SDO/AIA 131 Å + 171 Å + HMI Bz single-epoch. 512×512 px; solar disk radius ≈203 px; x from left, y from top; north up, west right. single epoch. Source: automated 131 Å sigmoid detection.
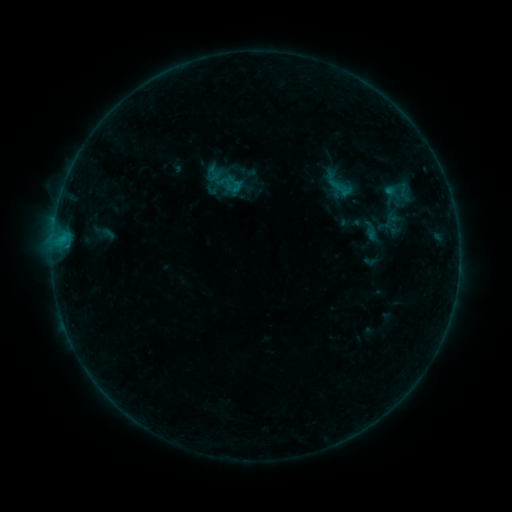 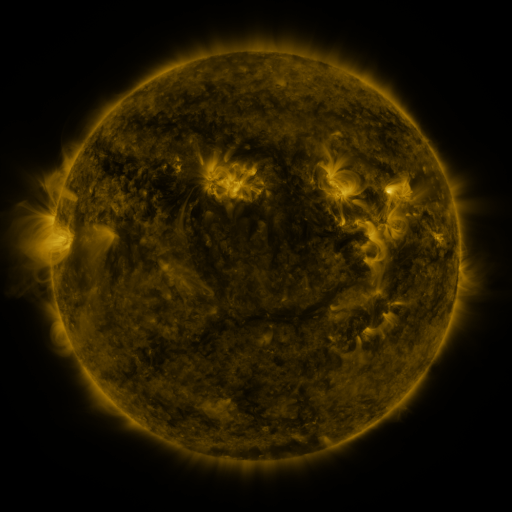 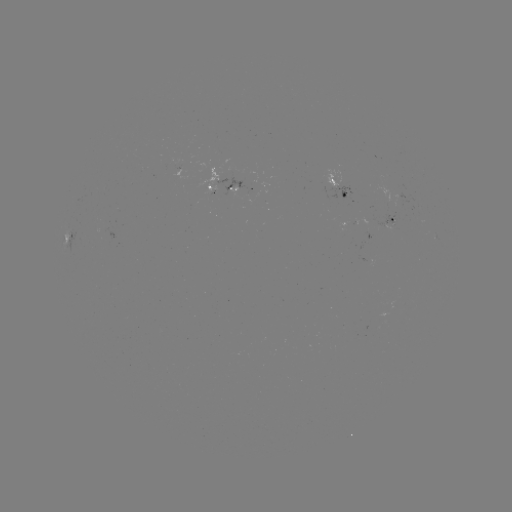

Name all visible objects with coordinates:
sigmoid: [203, 164, 223, 183]
sigmoid: [227, 175, 245, 193]
sigmoid: [383, 208, 402, 226]
